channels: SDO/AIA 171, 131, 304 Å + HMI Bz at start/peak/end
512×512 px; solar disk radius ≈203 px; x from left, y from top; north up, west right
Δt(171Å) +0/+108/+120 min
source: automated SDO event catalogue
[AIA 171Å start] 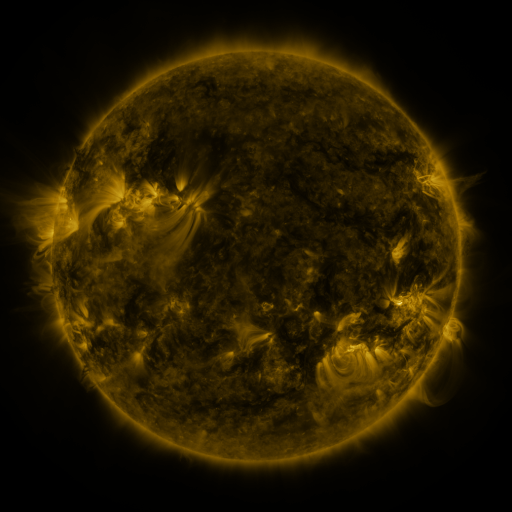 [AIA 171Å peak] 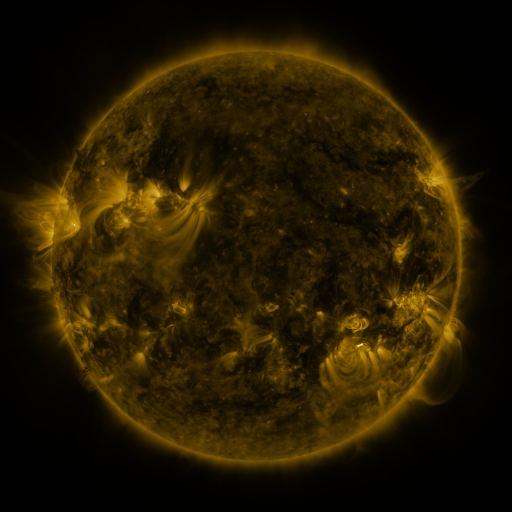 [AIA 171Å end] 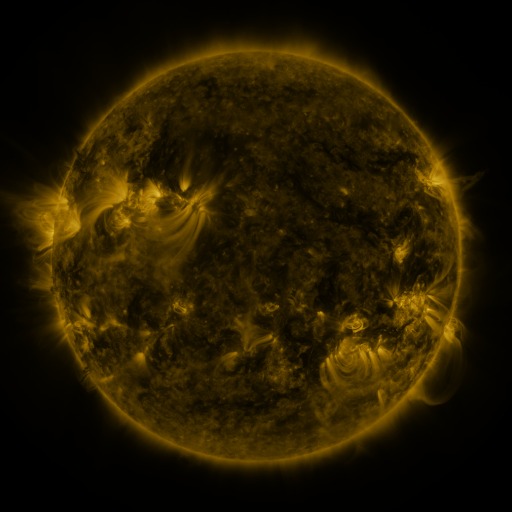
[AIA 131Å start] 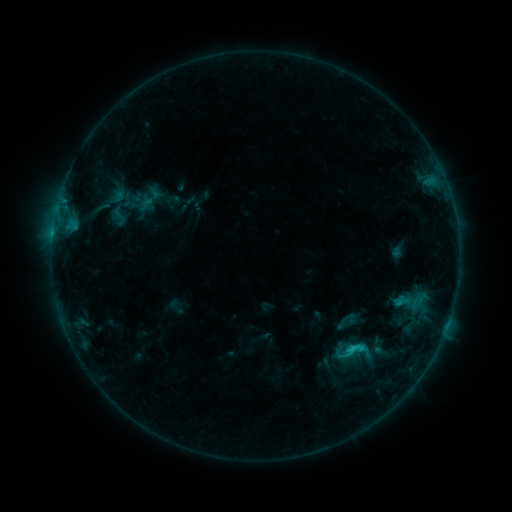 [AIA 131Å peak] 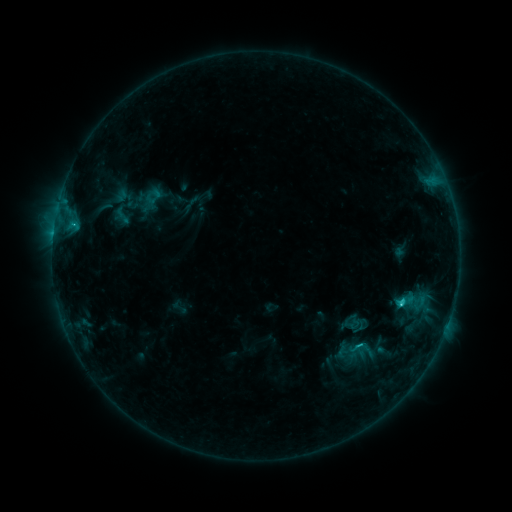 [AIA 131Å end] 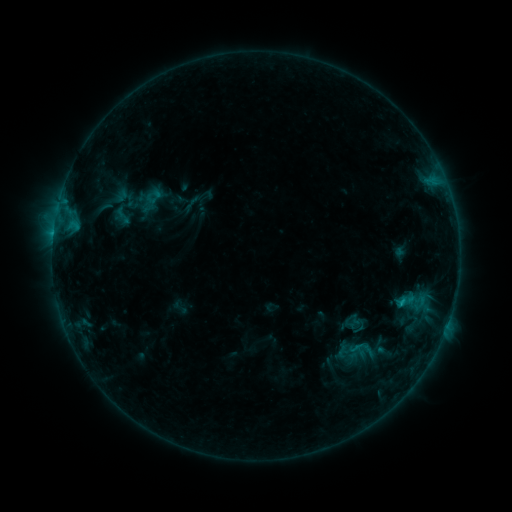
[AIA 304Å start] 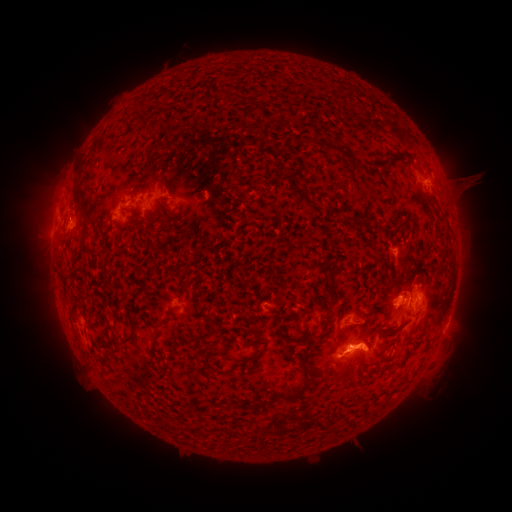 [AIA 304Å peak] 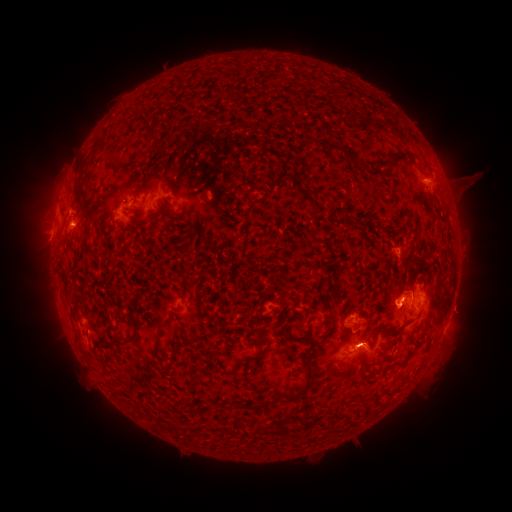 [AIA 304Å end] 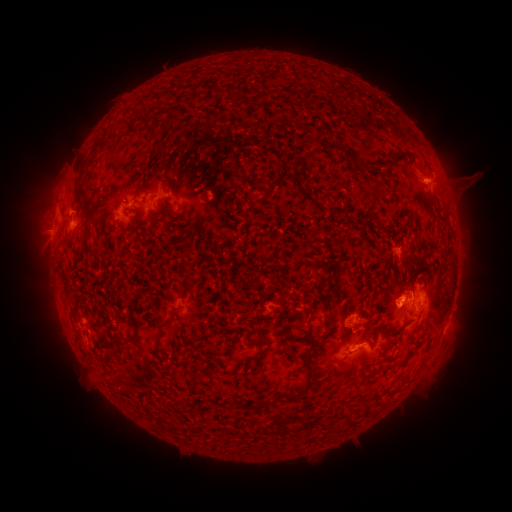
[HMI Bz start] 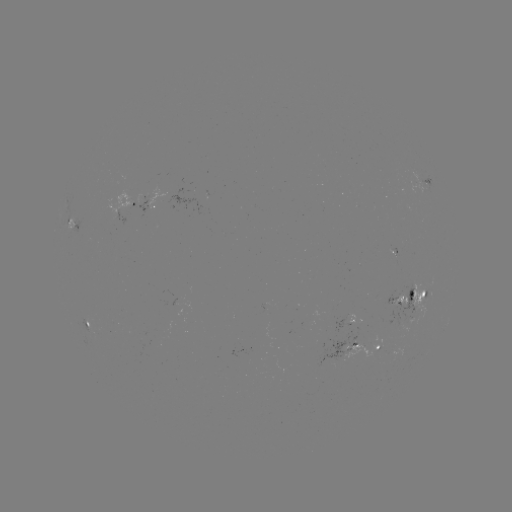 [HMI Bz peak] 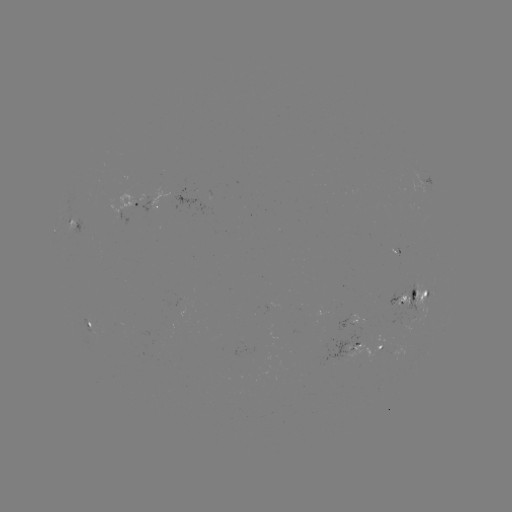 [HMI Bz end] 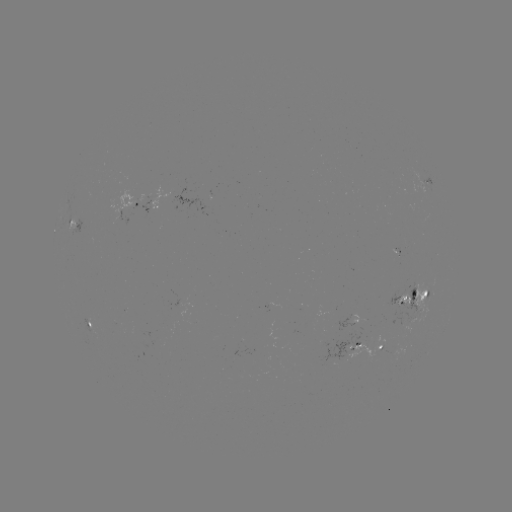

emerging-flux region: <bbox>381, 348, 403, 354</bbox>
